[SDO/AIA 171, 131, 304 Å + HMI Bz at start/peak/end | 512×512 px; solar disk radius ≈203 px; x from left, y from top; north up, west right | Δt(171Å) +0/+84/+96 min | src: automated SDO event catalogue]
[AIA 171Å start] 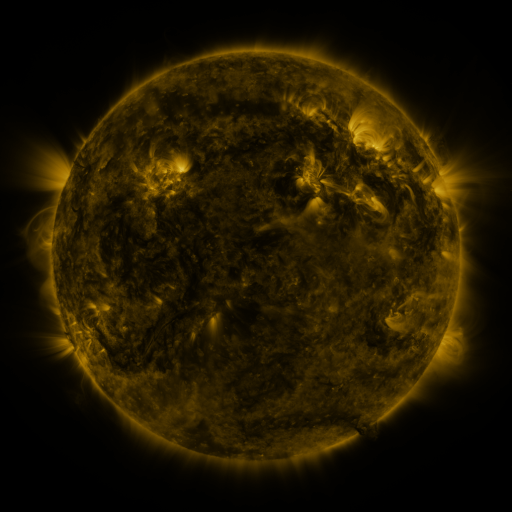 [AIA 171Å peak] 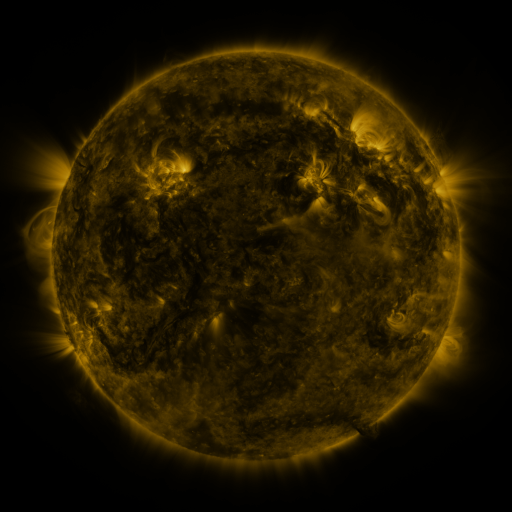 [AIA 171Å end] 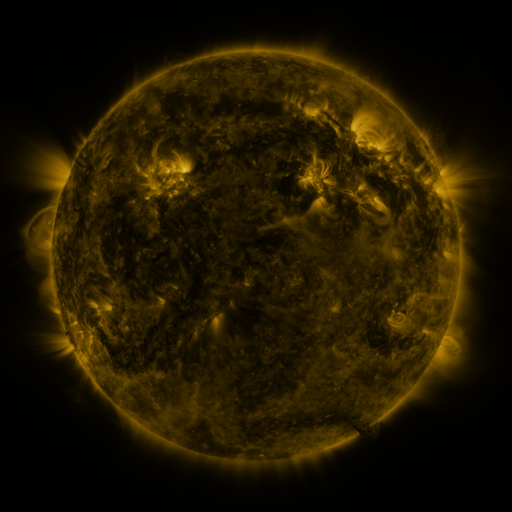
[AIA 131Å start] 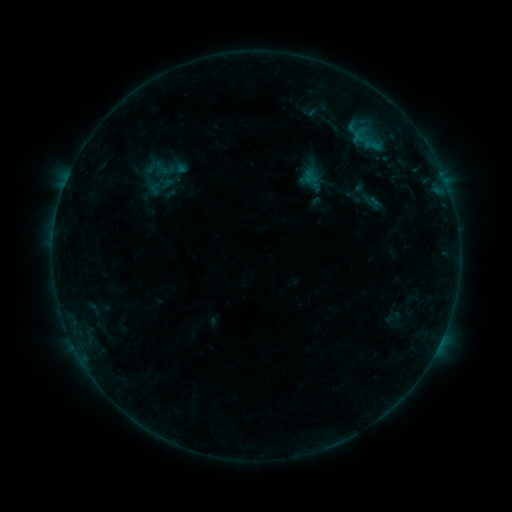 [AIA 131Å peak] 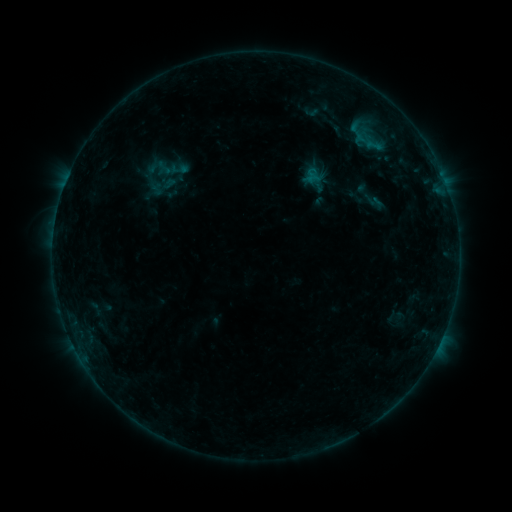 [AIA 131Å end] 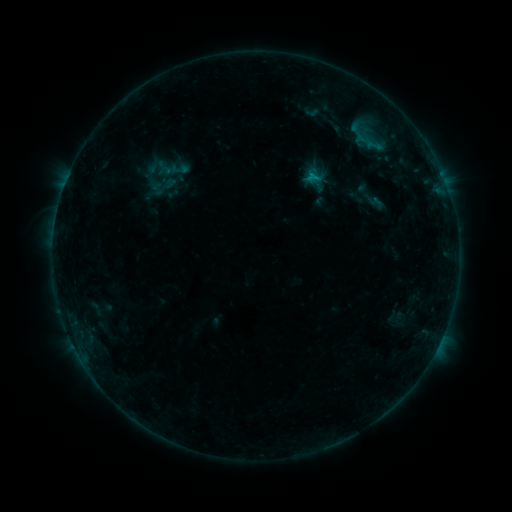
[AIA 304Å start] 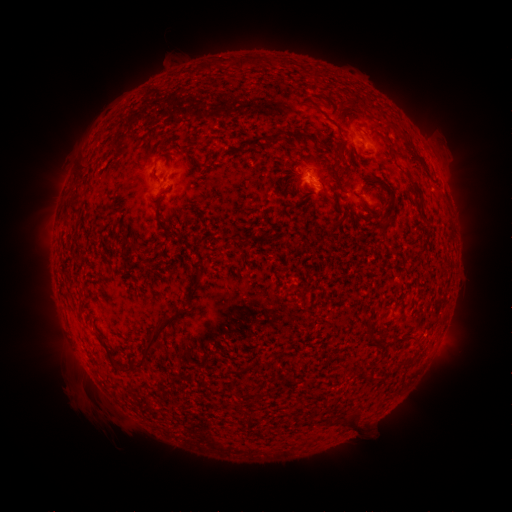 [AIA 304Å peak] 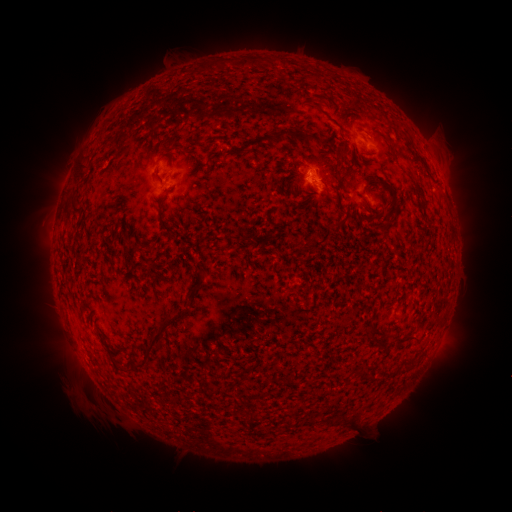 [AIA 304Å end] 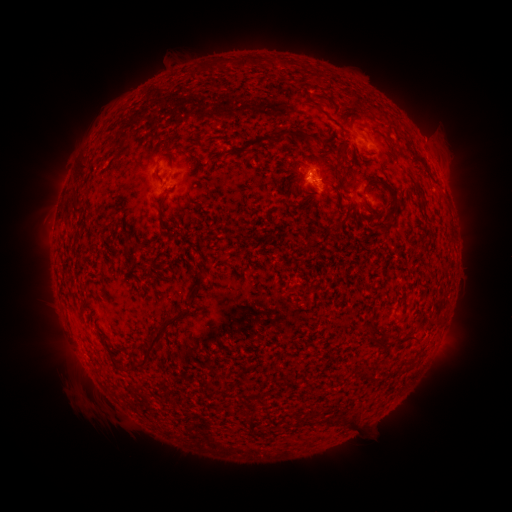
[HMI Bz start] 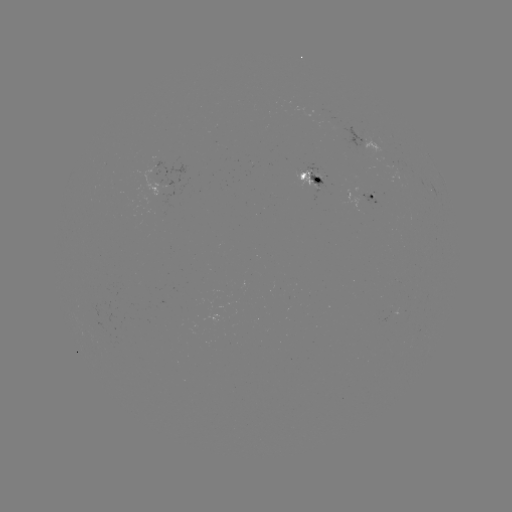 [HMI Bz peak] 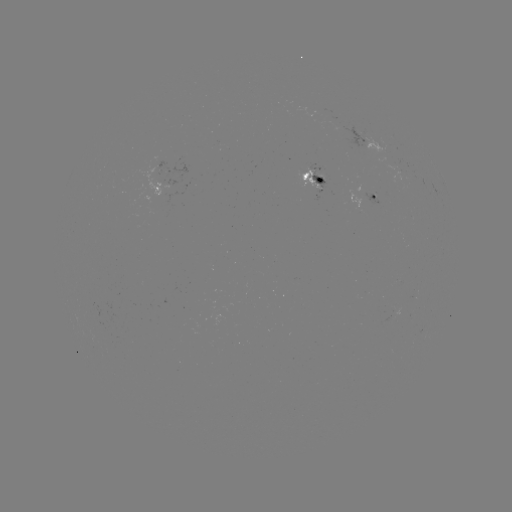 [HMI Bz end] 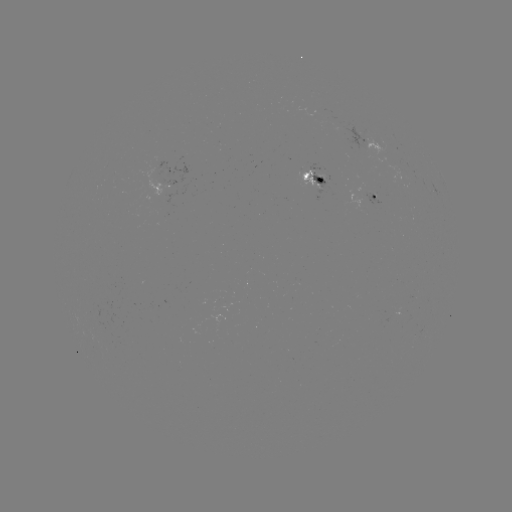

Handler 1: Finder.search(emerging-flux region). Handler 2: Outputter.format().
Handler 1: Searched emerging-flux region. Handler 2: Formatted (306, 175).